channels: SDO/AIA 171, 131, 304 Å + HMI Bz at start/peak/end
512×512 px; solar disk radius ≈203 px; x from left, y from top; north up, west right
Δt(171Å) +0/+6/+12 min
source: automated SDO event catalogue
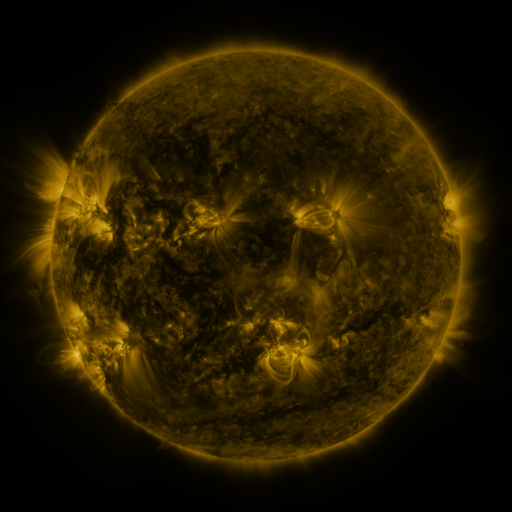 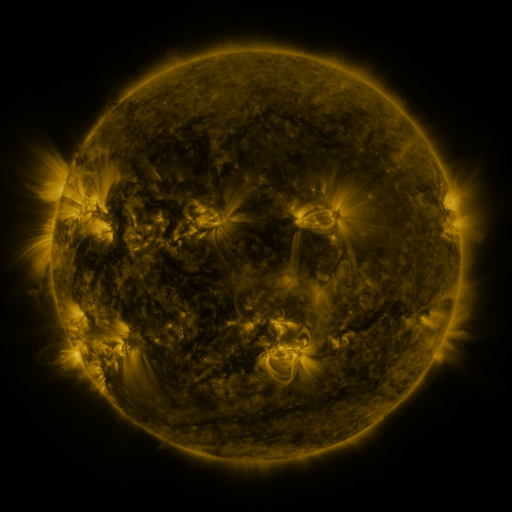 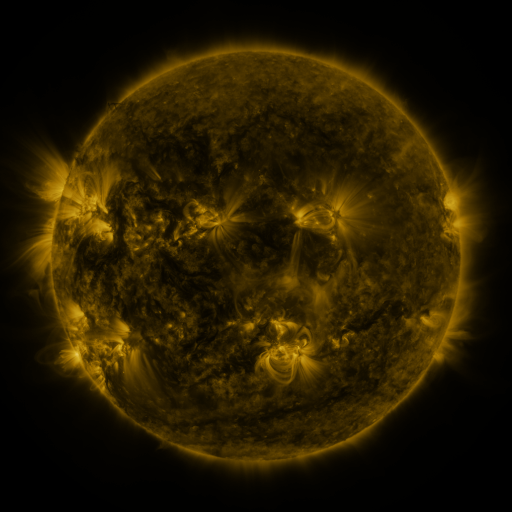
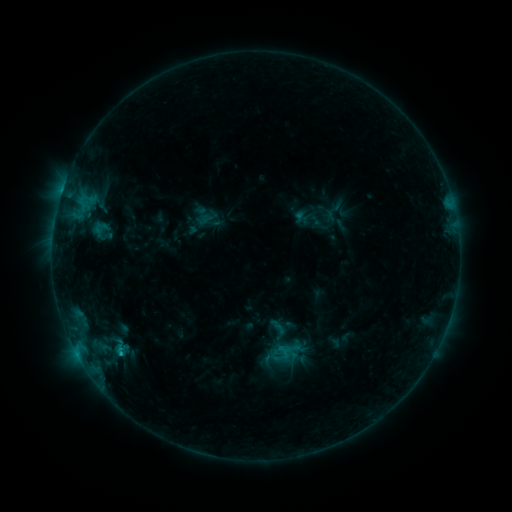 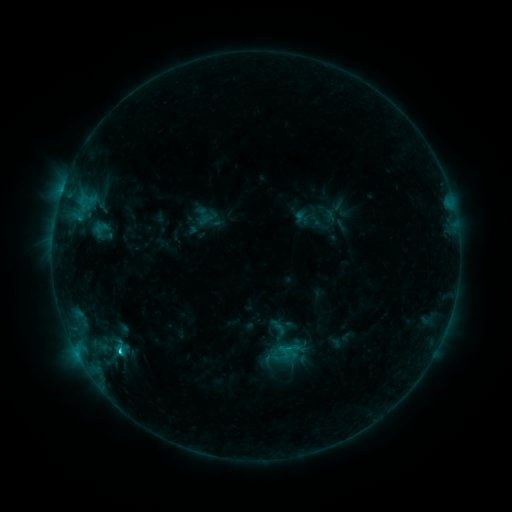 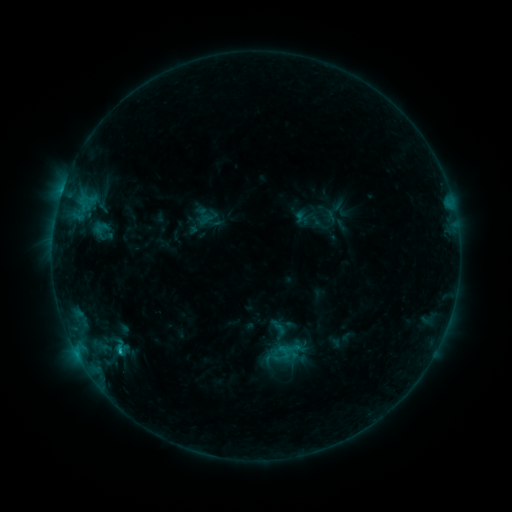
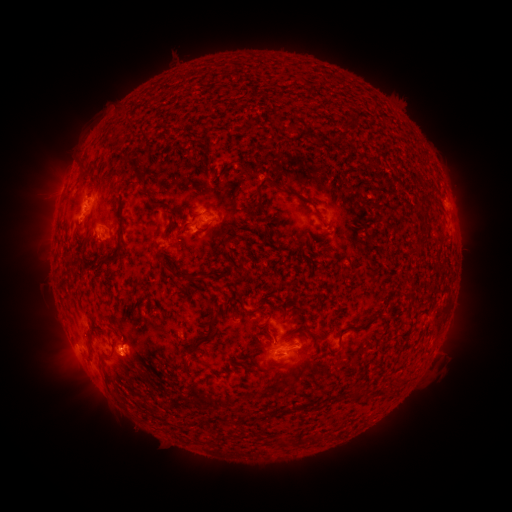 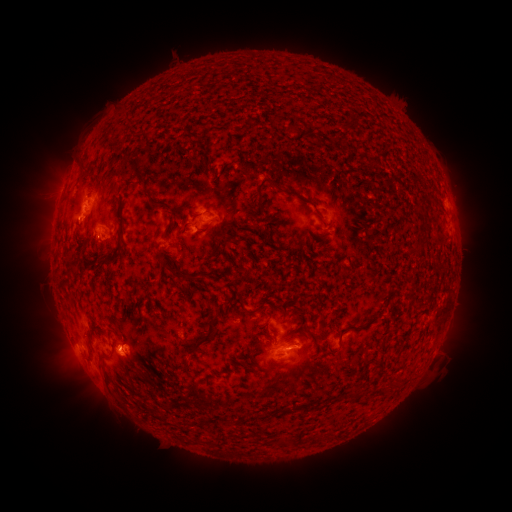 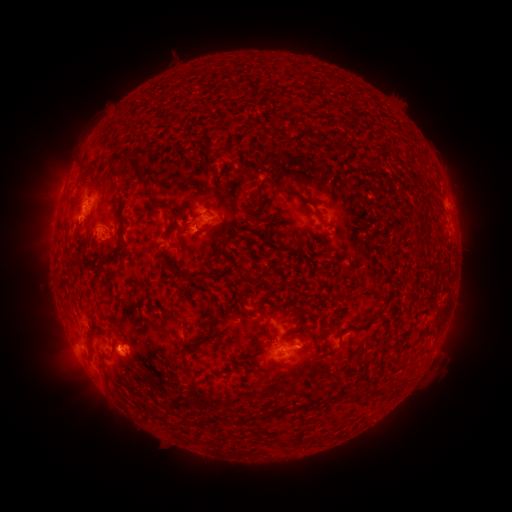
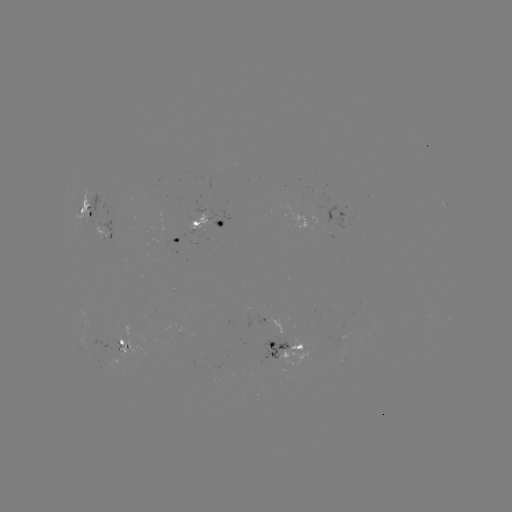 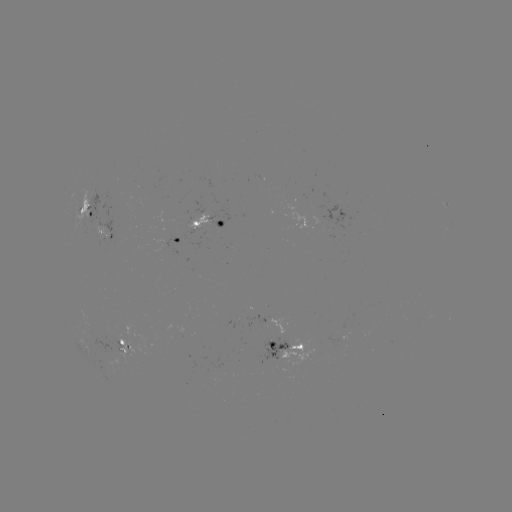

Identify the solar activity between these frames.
C1.2 flare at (118, 348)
